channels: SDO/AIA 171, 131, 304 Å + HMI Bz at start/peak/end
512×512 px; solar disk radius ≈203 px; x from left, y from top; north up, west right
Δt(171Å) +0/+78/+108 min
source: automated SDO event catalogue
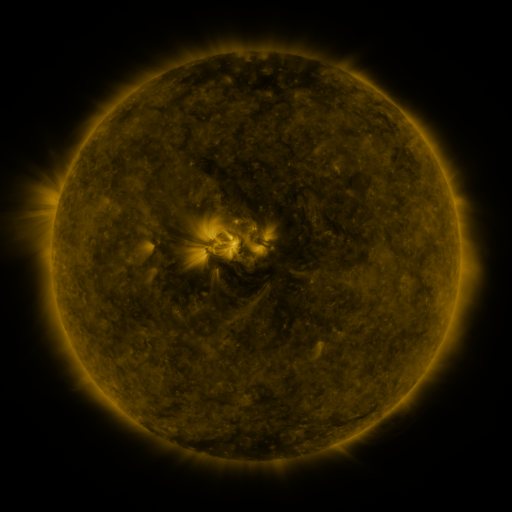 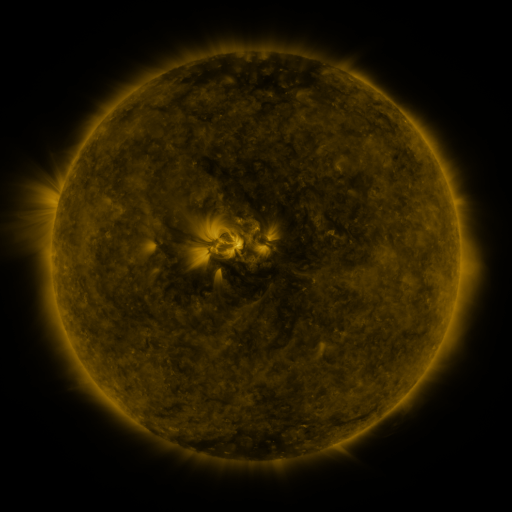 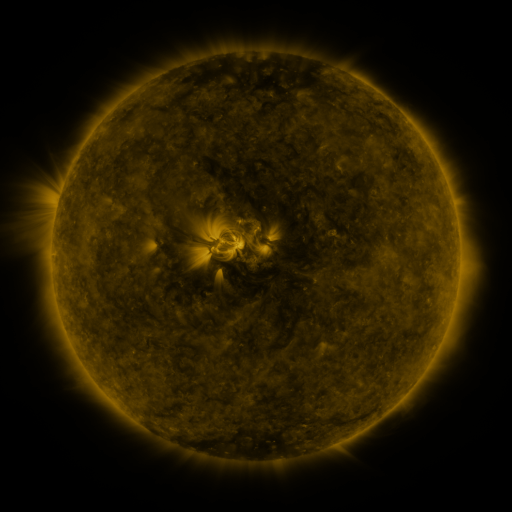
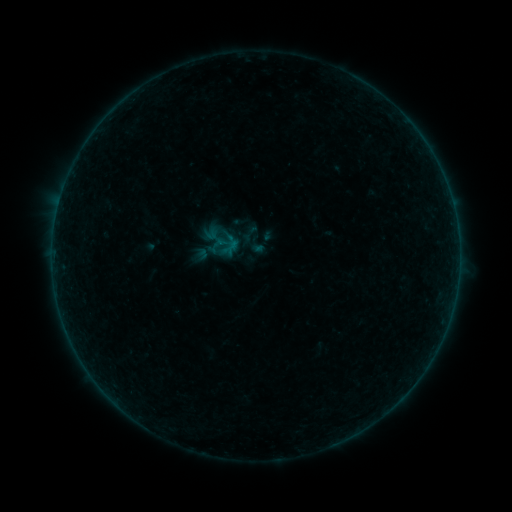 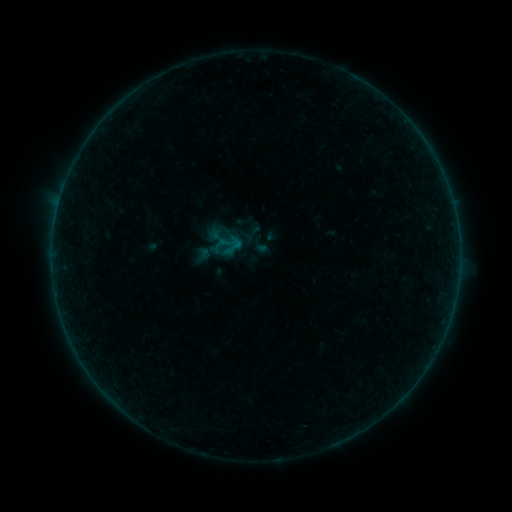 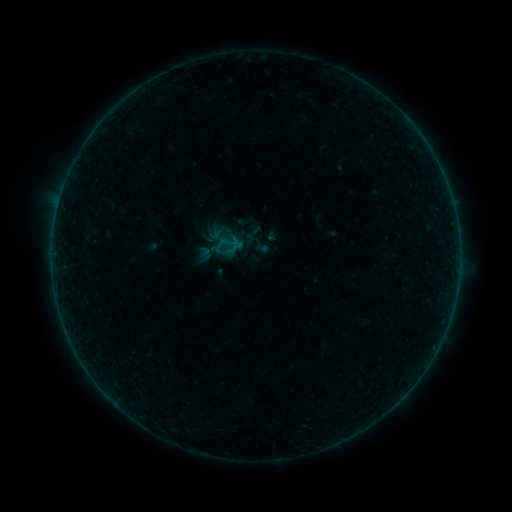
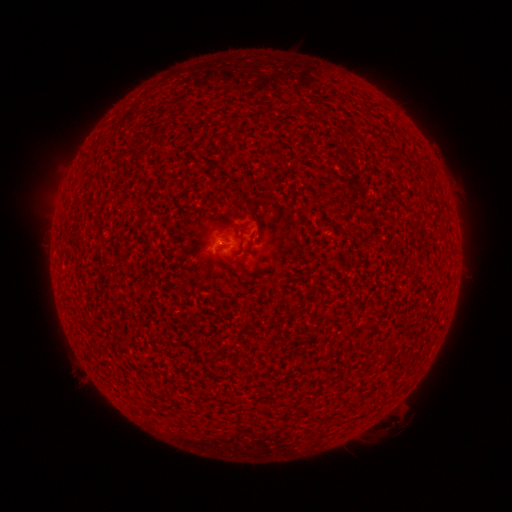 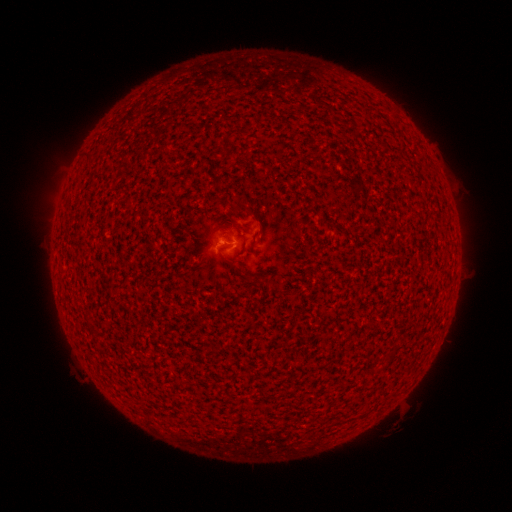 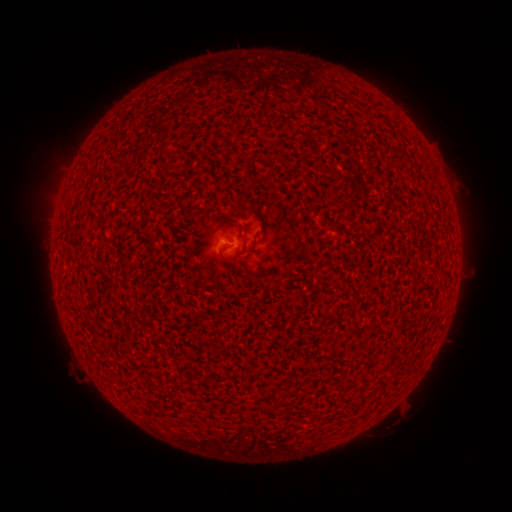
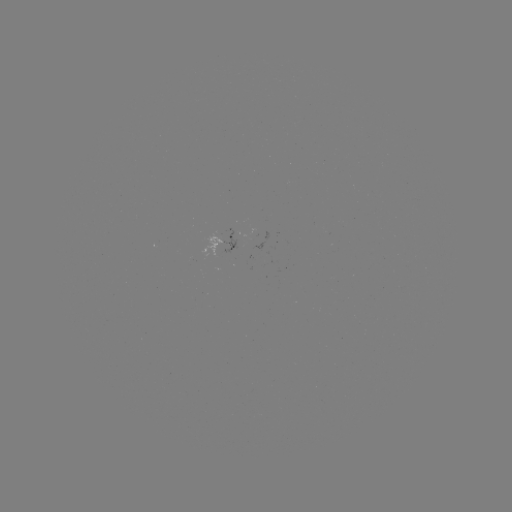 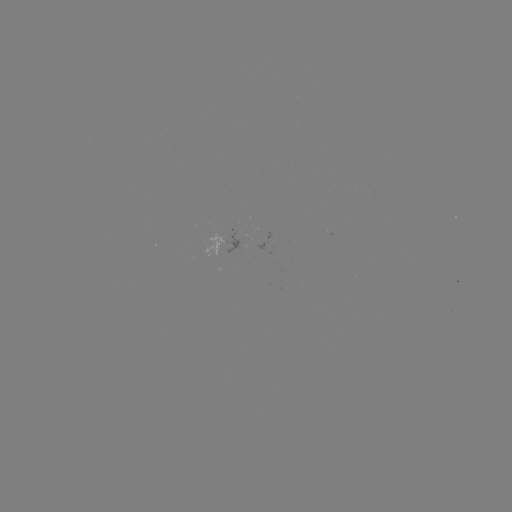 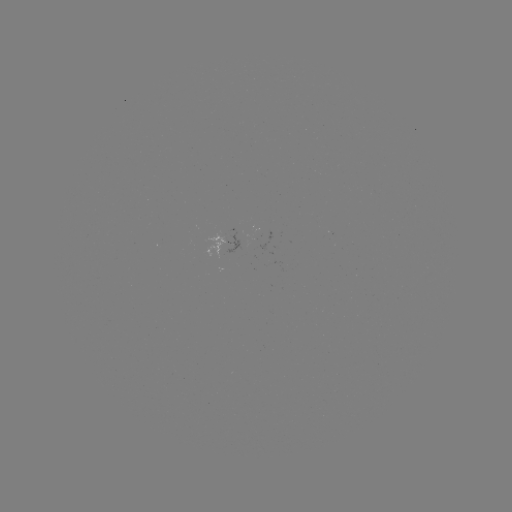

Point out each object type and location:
B1.2 flare: (227, 246)
